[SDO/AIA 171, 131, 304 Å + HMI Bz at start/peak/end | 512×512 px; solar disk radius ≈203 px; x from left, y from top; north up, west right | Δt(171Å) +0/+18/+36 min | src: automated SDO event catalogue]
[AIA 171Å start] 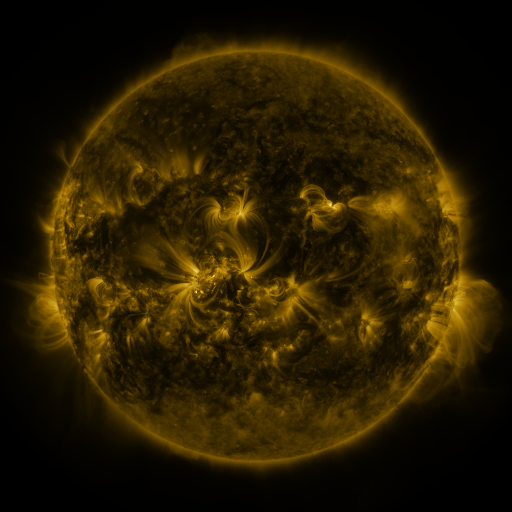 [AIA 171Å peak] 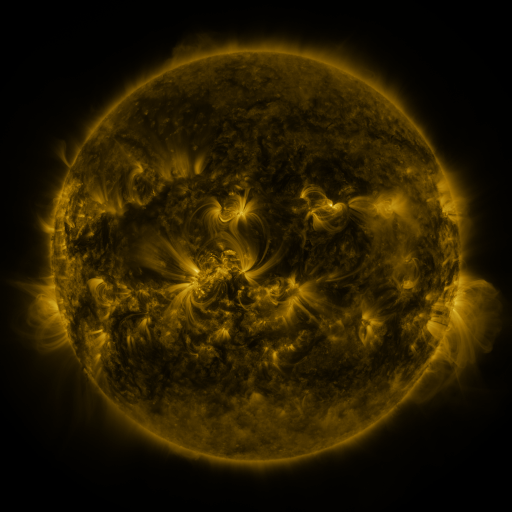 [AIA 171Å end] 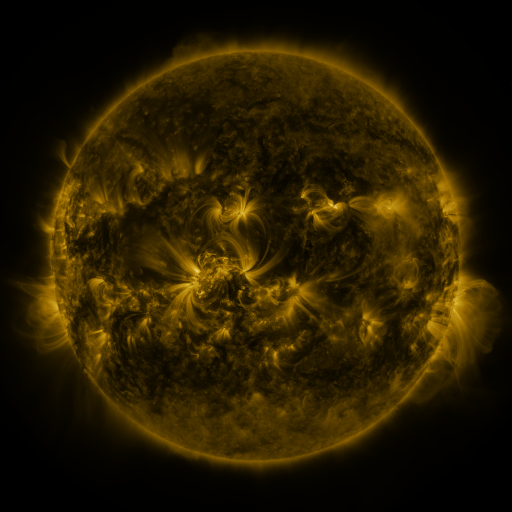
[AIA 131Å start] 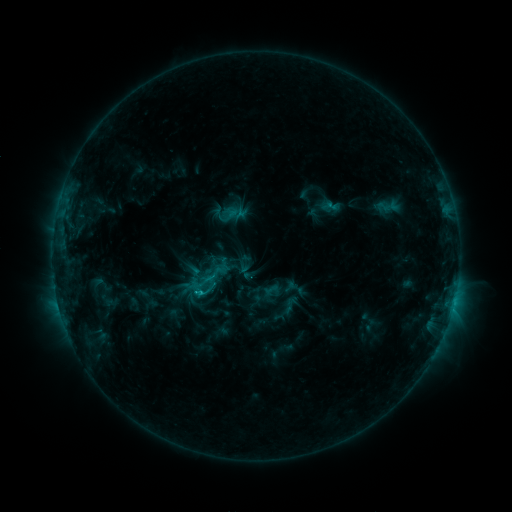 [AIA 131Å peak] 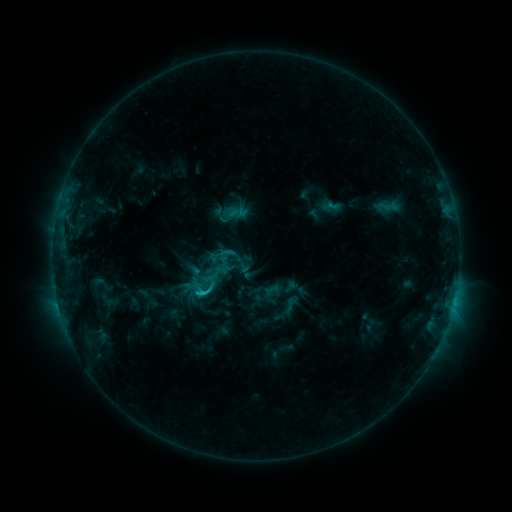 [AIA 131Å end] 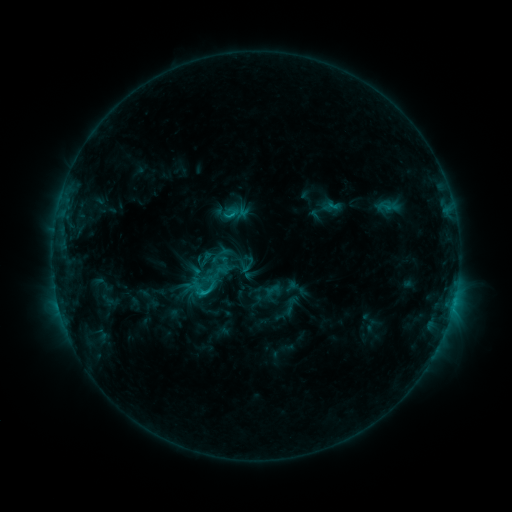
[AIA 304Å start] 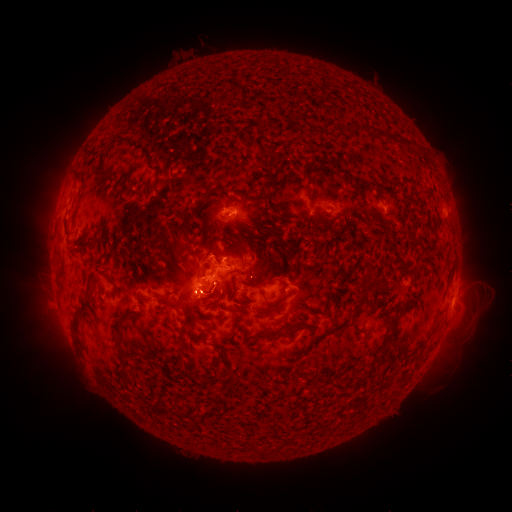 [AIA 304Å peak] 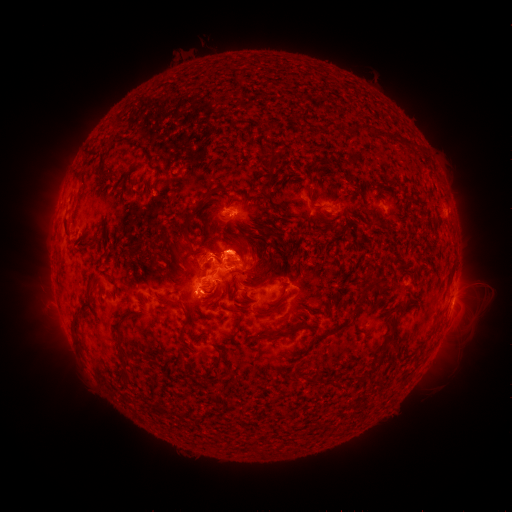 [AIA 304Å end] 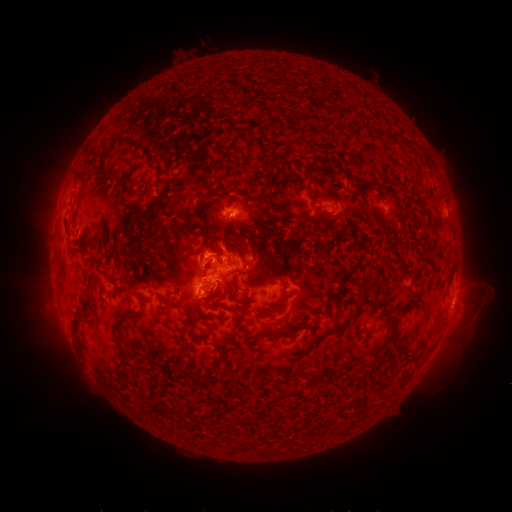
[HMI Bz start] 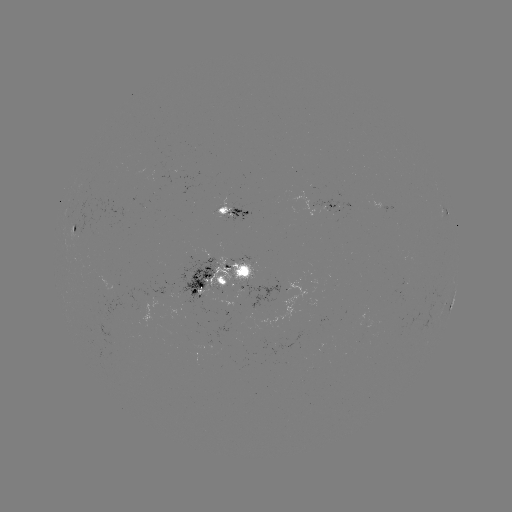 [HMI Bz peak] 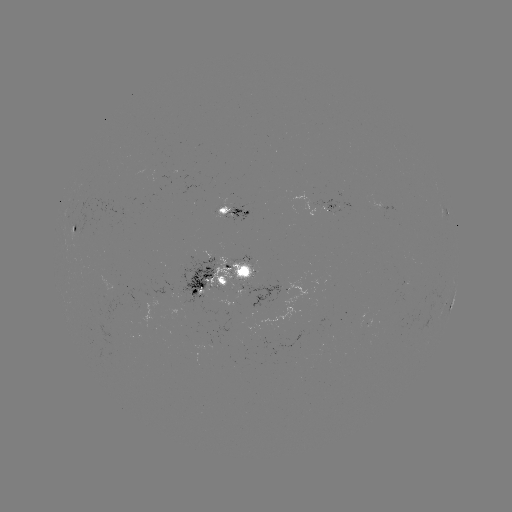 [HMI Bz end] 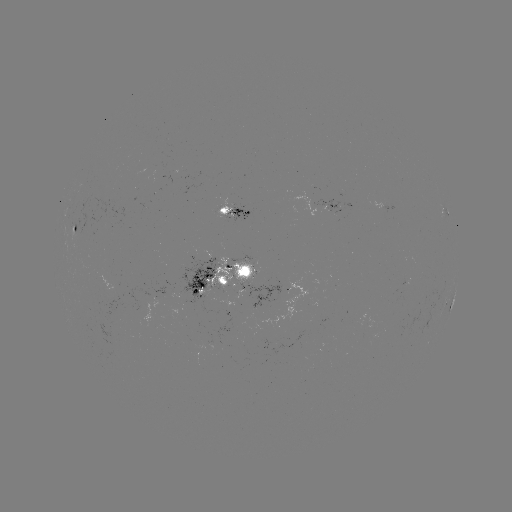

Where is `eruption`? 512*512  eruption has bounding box [160, 217, 295, 293].